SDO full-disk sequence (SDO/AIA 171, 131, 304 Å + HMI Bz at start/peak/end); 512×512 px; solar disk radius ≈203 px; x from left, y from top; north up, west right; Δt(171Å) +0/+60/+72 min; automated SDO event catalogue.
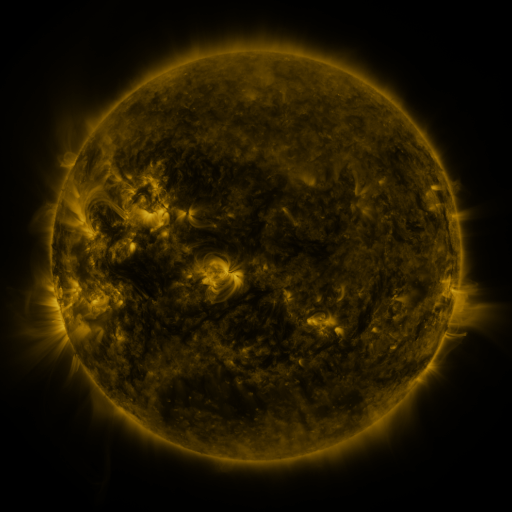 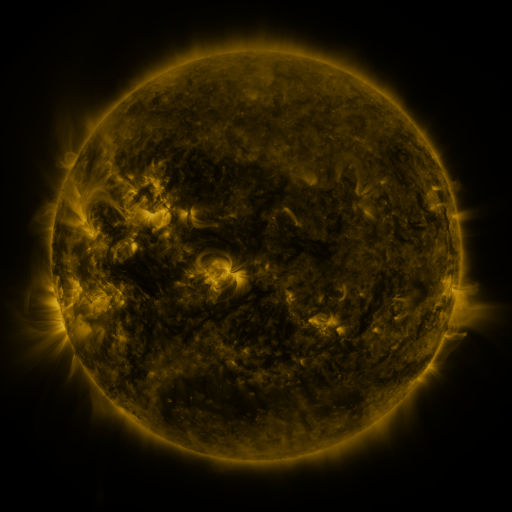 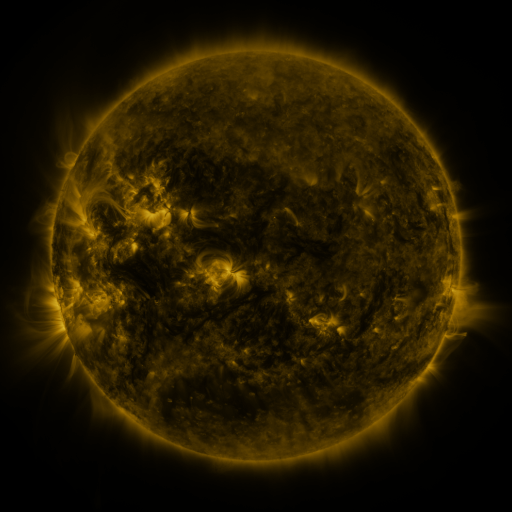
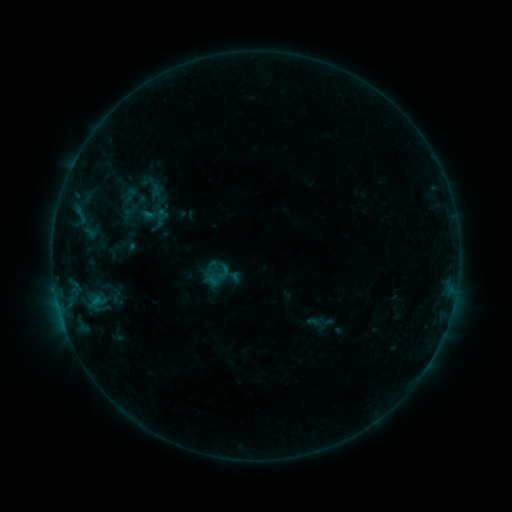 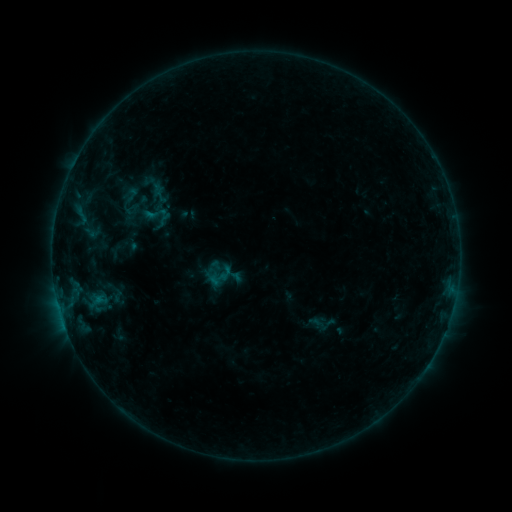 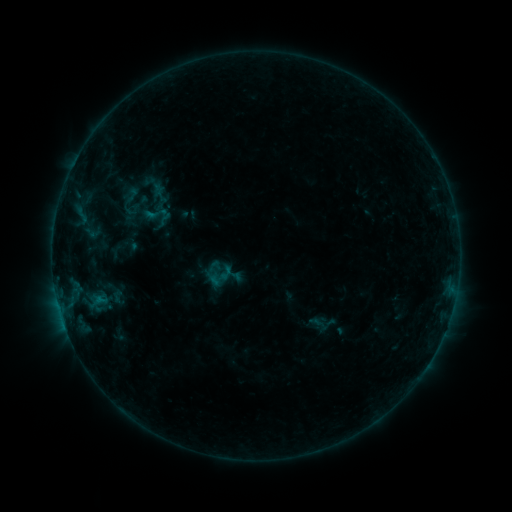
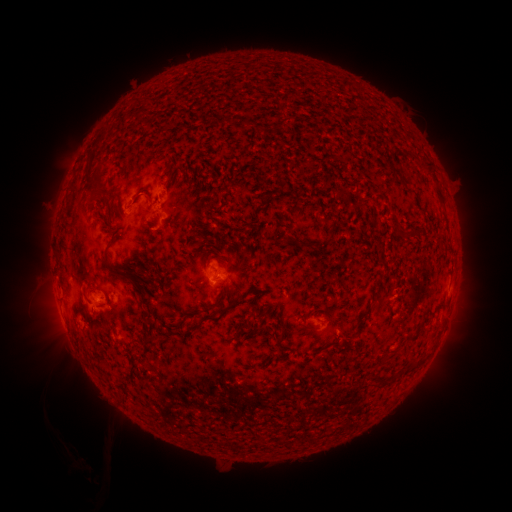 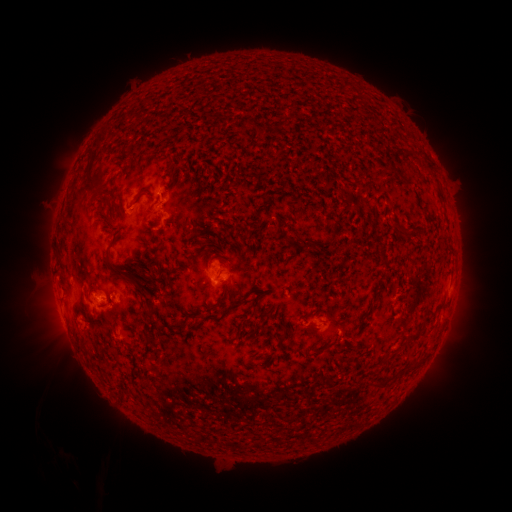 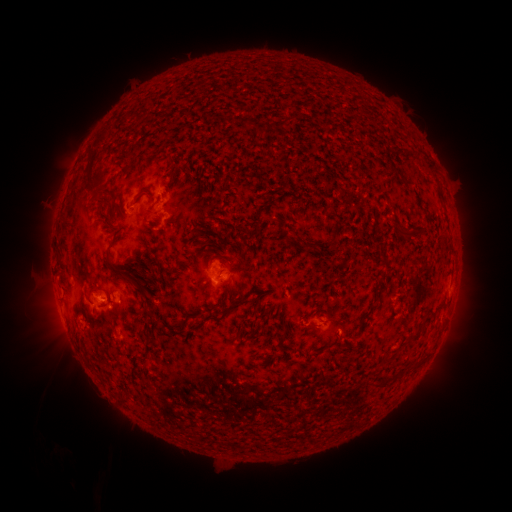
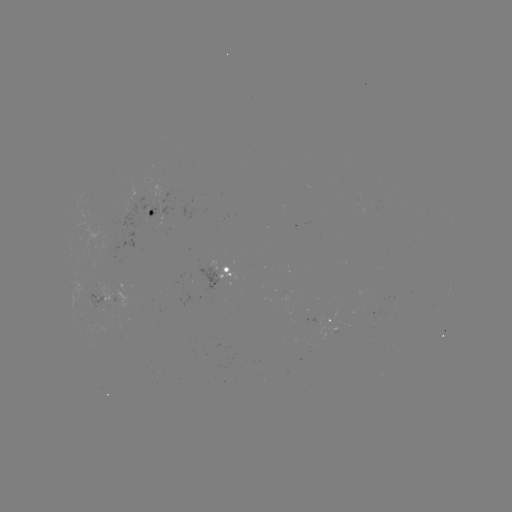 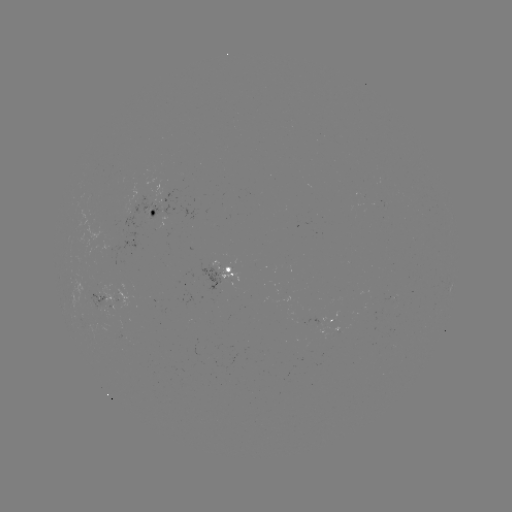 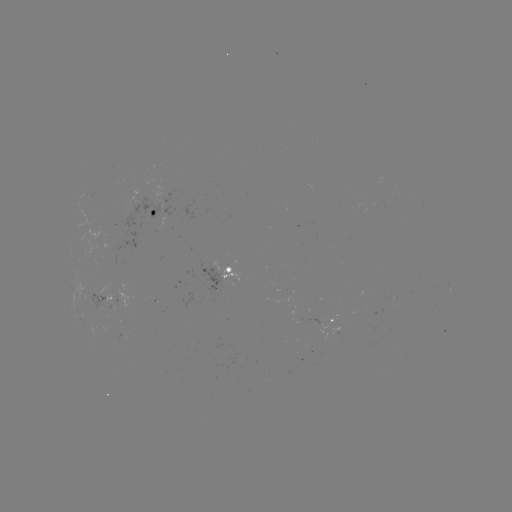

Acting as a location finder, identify emerging-flux region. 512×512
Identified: [104, 228].